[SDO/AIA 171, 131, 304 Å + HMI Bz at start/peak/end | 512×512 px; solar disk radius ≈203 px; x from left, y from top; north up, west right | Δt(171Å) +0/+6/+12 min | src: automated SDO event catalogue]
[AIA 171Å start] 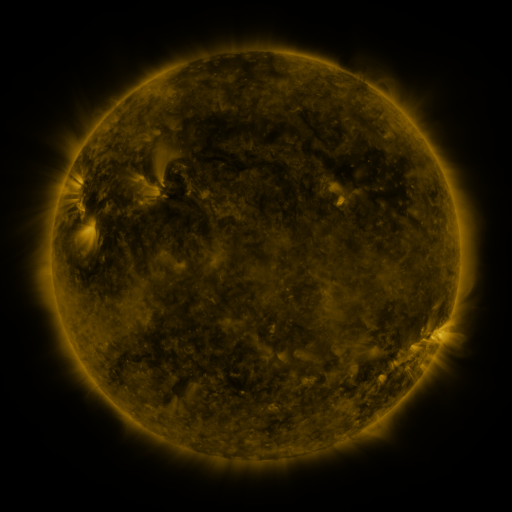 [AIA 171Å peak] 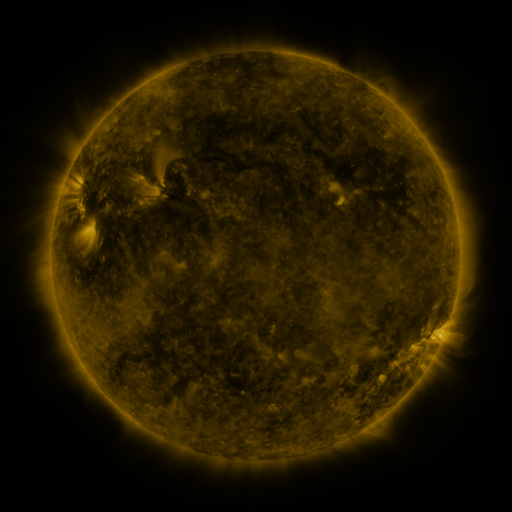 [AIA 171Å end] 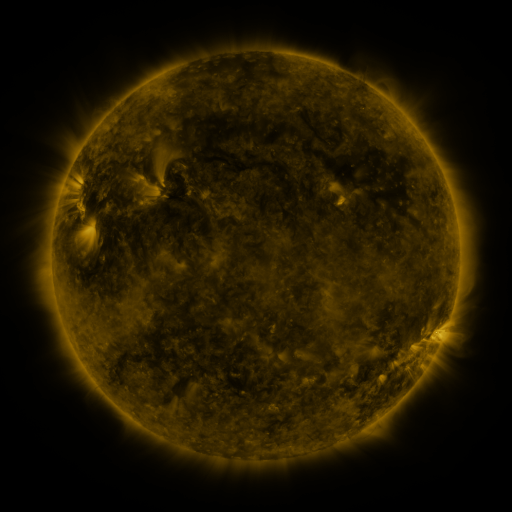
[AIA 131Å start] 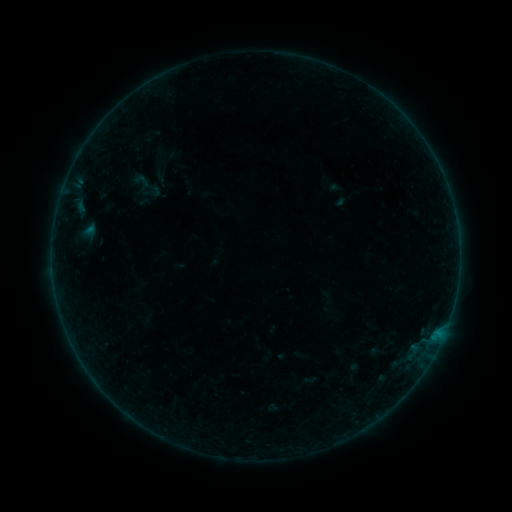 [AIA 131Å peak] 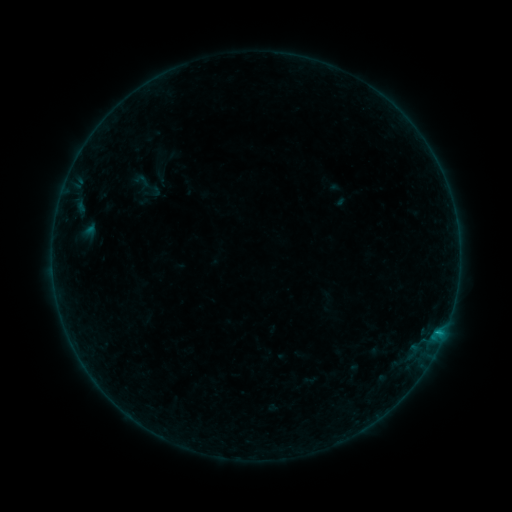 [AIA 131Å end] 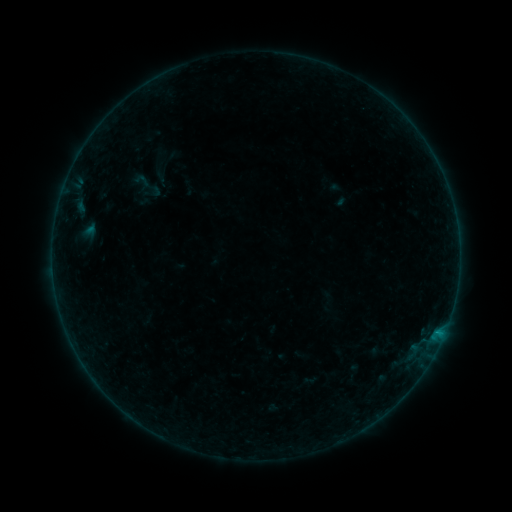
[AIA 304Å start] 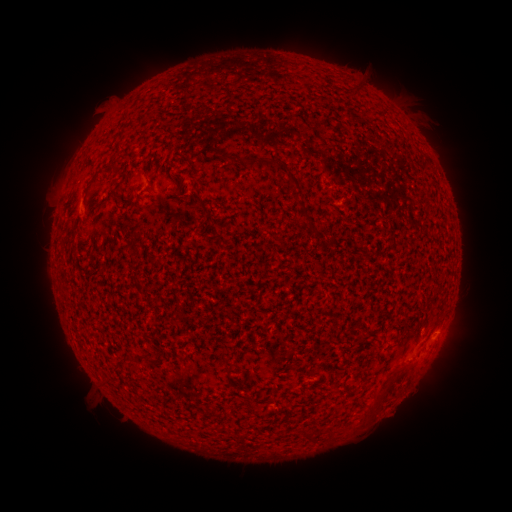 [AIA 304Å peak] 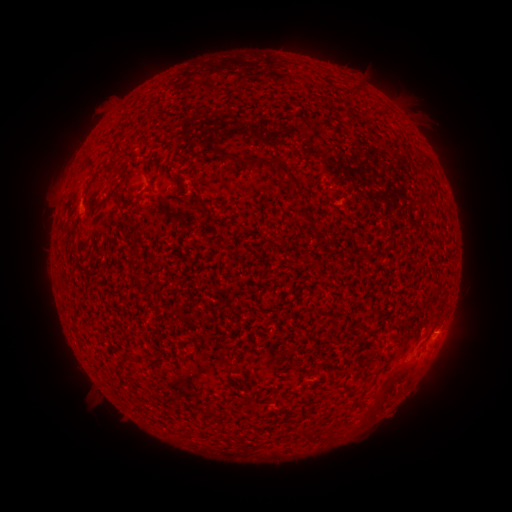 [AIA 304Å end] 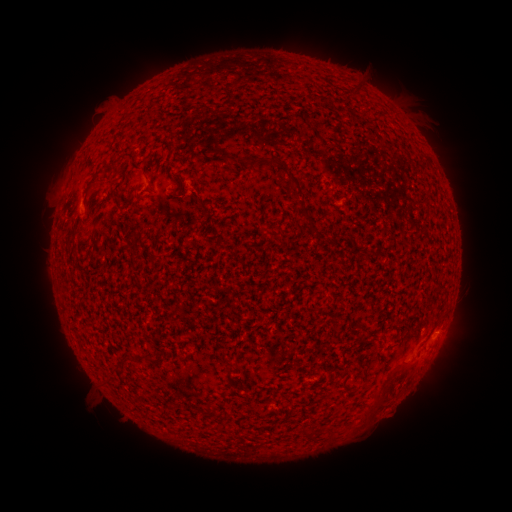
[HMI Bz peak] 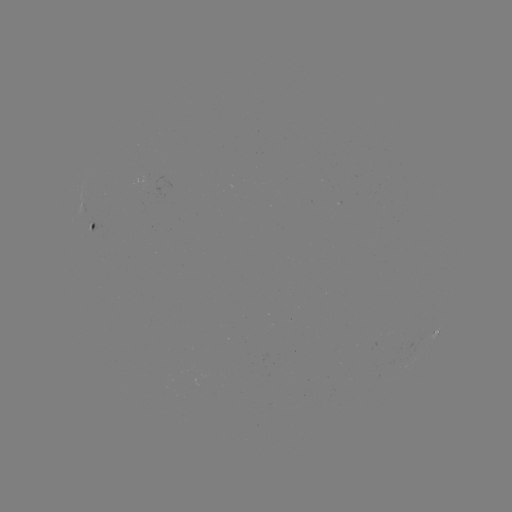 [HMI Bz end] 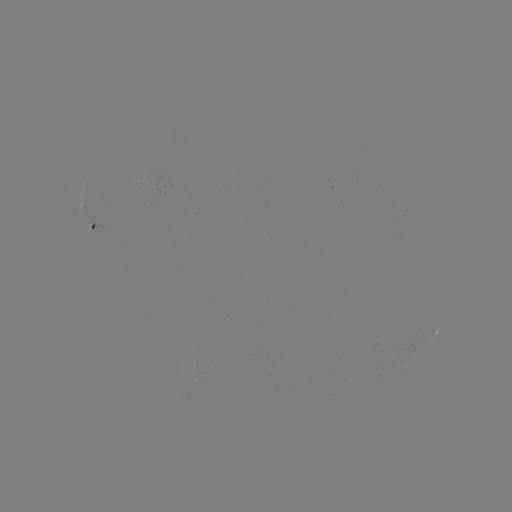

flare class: B2.6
